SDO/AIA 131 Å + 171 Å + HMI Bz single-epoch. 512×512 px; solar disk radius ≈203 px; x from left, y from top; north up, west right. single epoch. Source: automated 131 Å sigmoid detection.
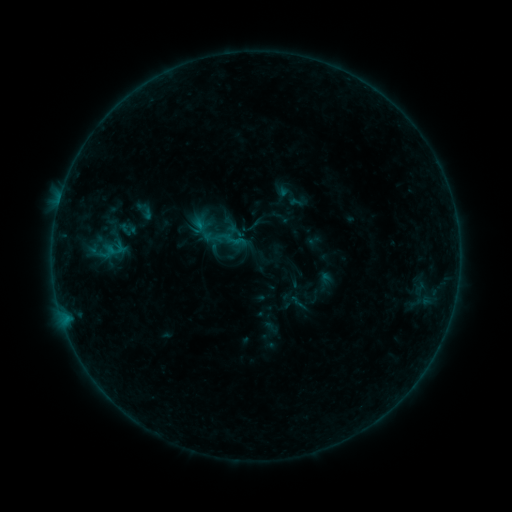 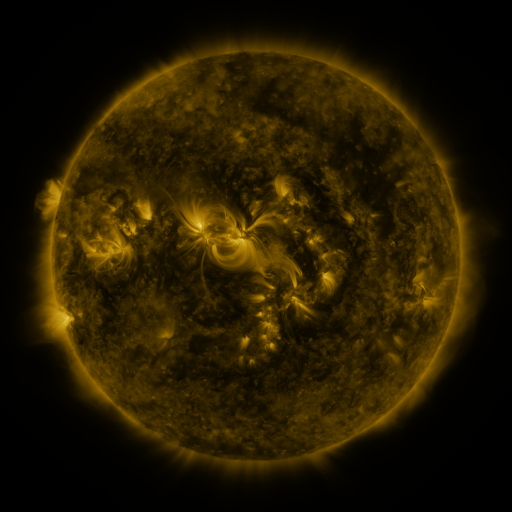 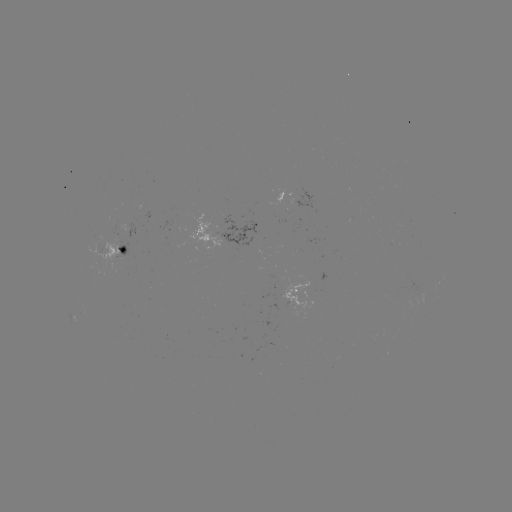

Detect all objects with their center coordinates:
sigmoid: (144, 210)
